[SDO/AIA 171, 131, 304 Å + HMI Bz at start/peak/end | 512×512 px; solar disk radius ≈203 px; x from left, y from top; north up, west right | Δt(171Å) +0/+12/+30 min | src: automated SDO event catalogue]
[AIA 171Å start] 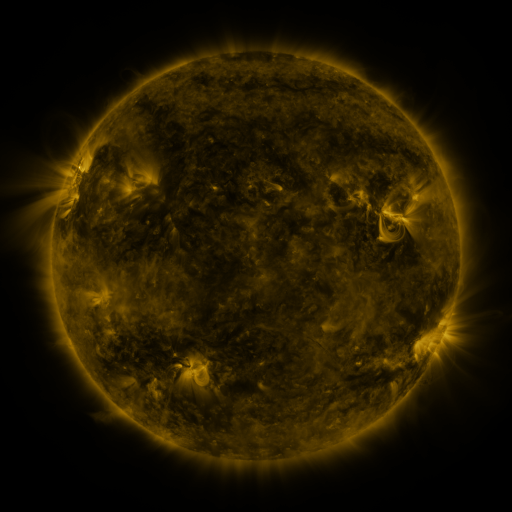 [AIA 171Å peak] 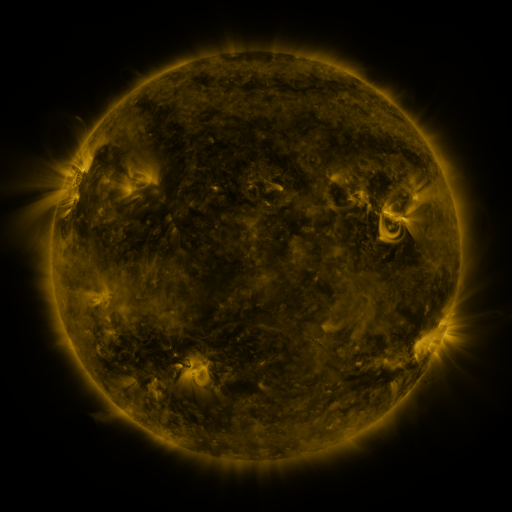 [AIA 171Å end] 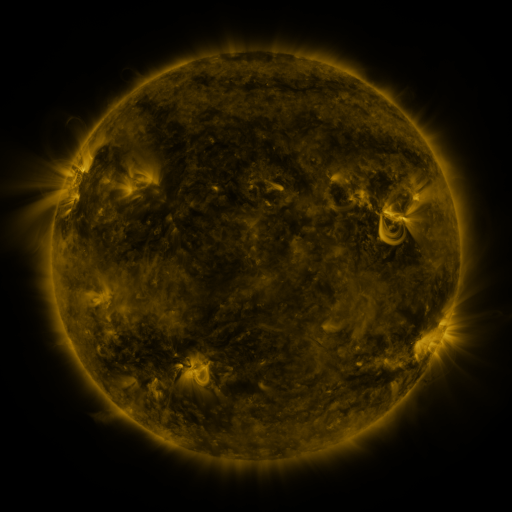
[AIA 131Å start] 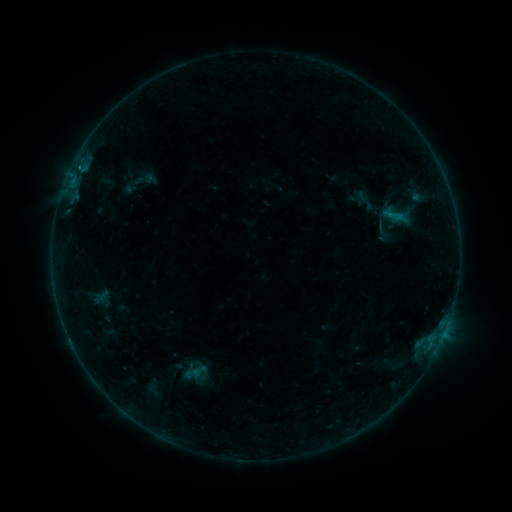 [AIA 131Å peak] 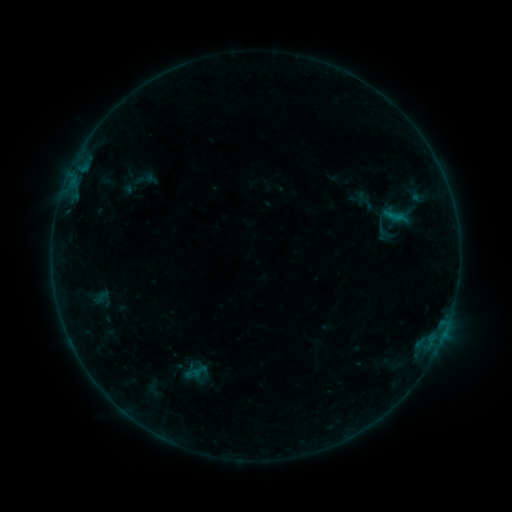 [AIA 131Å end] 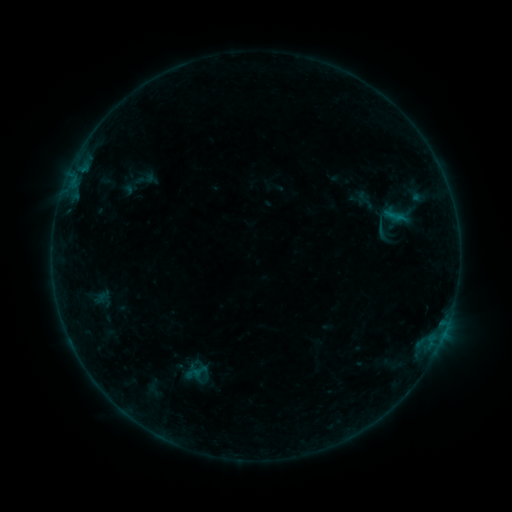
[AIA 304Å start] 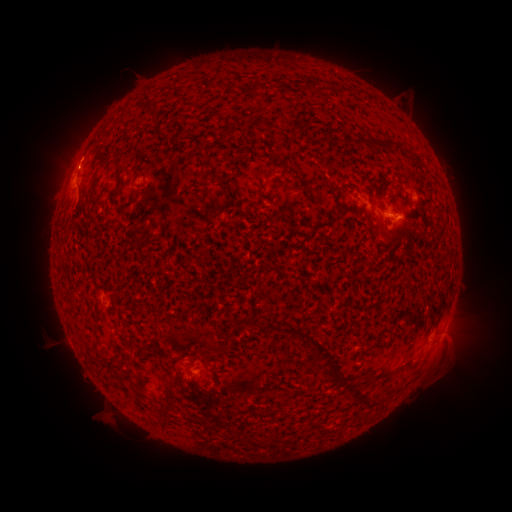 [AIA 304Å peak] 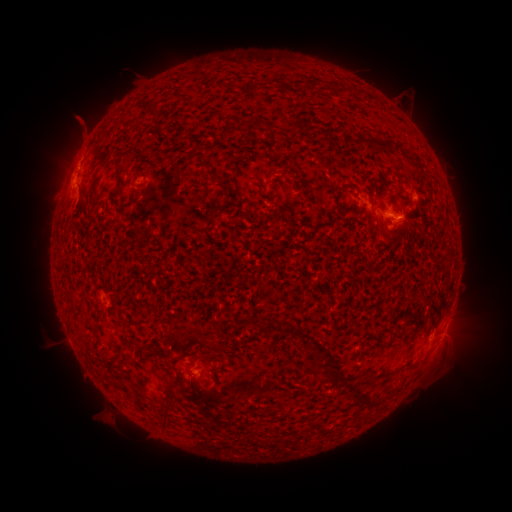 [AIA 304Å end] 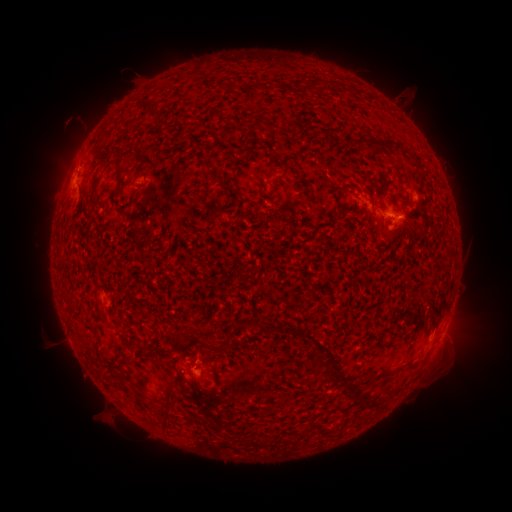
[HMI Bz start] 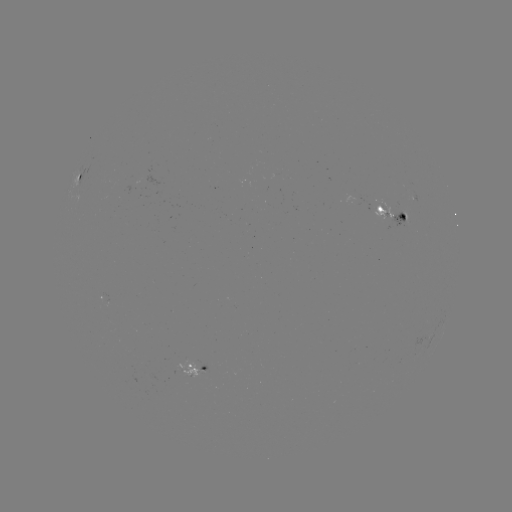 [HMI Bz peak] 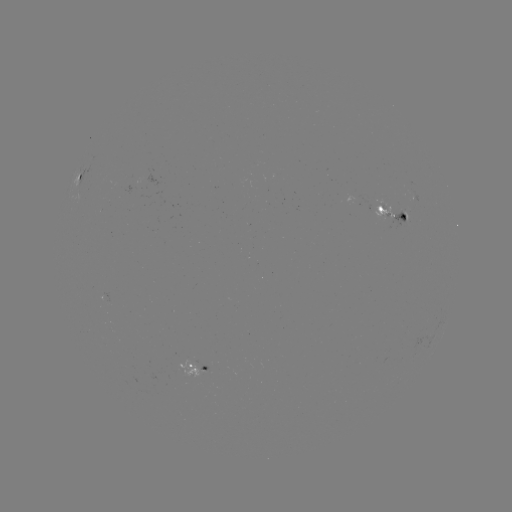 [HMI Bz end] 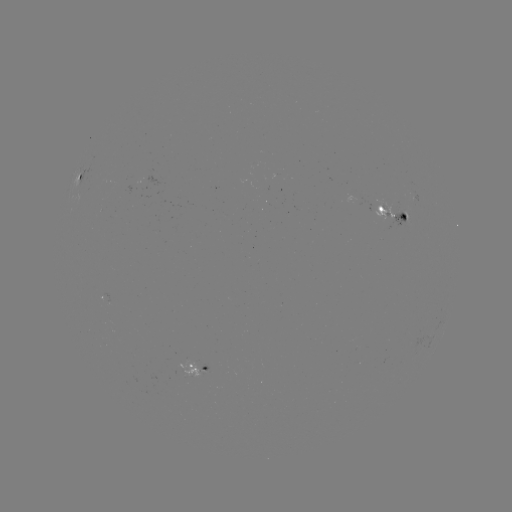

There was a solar eruption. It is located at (73, 124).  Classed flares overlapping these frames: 1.